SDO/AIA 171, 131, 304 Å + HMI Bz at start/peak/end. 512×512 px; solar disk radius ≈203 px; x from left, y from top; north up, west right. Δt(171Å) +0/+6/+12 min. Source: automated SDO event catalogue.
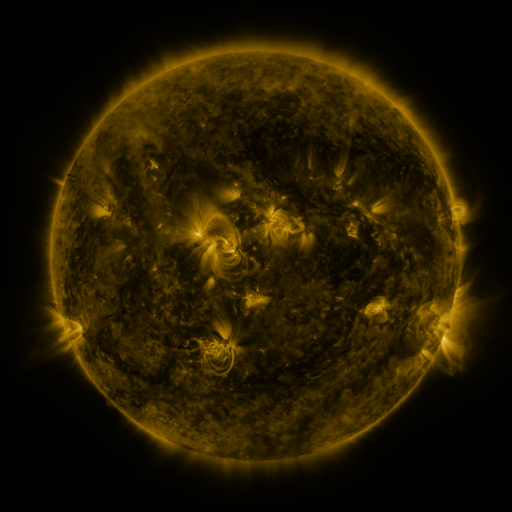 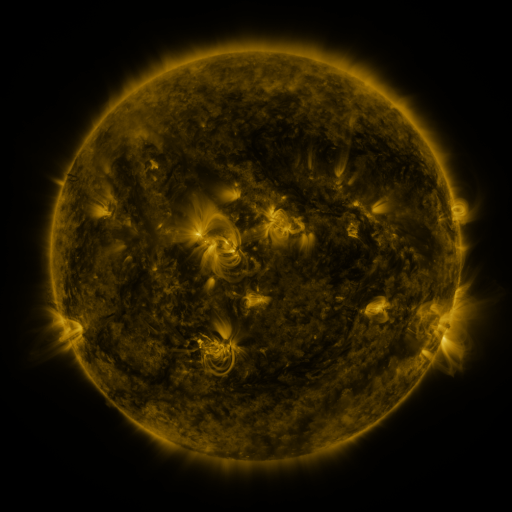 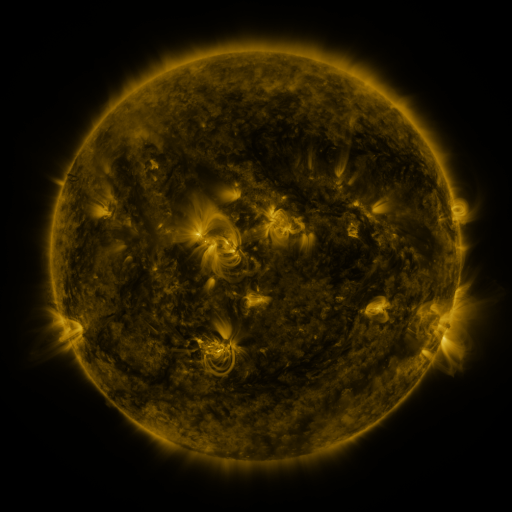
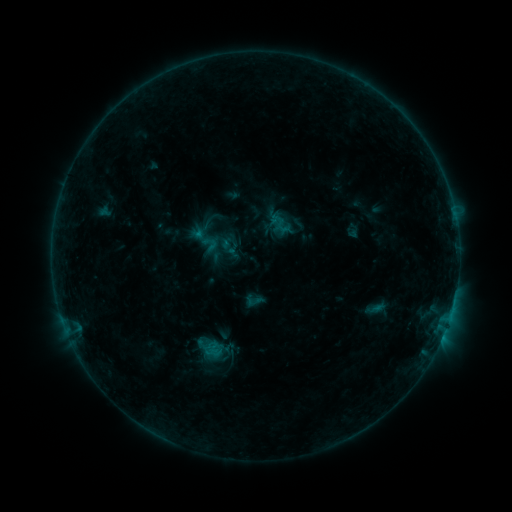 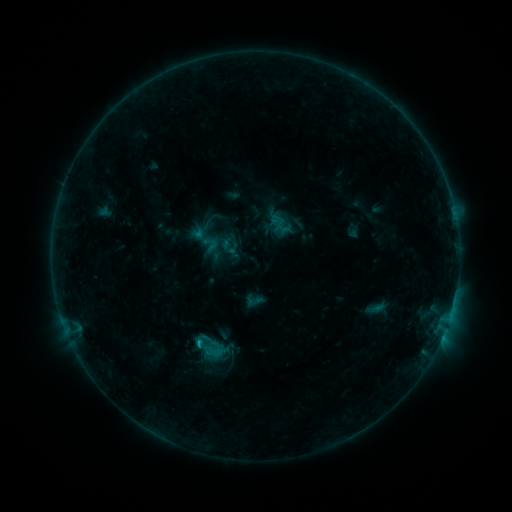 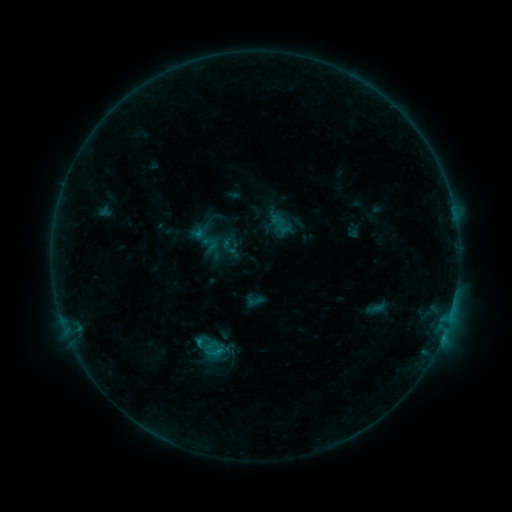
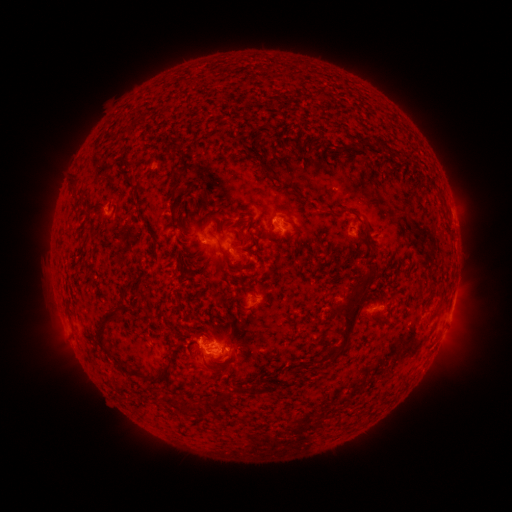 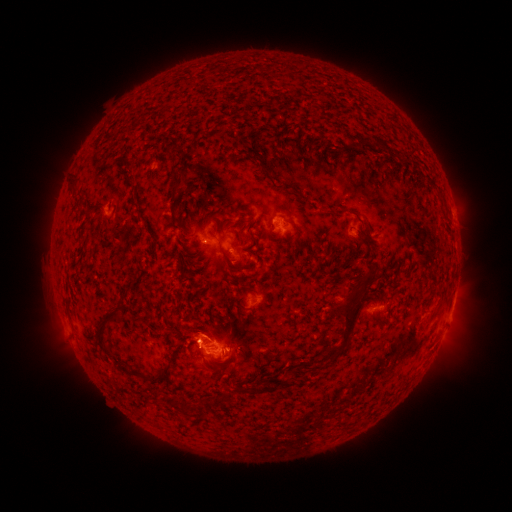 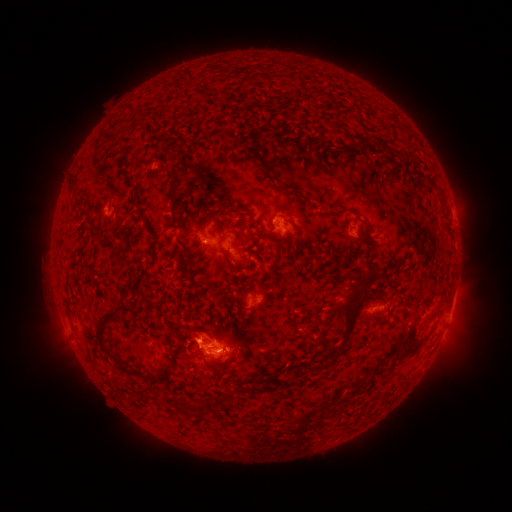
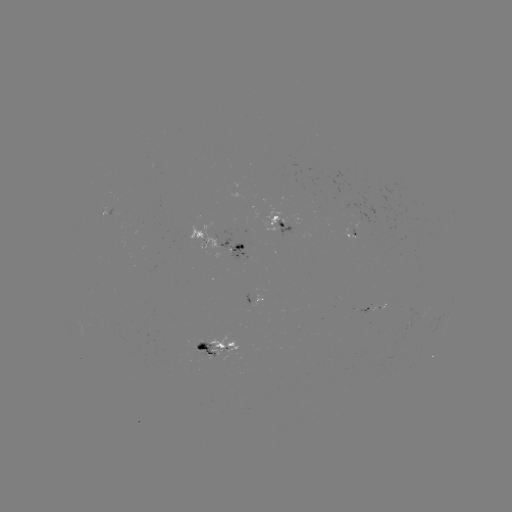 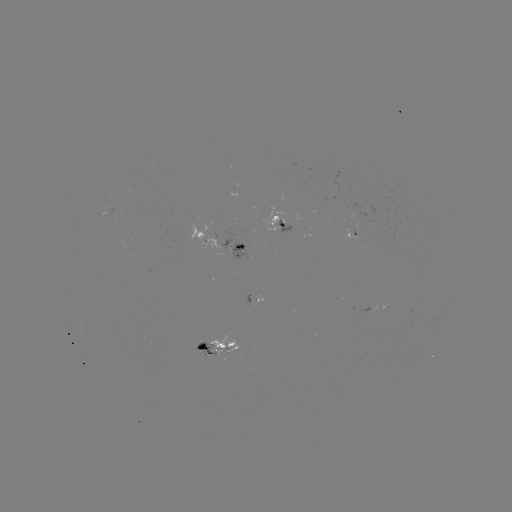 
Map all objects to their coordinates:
B8.4 flare: (199, 341)
